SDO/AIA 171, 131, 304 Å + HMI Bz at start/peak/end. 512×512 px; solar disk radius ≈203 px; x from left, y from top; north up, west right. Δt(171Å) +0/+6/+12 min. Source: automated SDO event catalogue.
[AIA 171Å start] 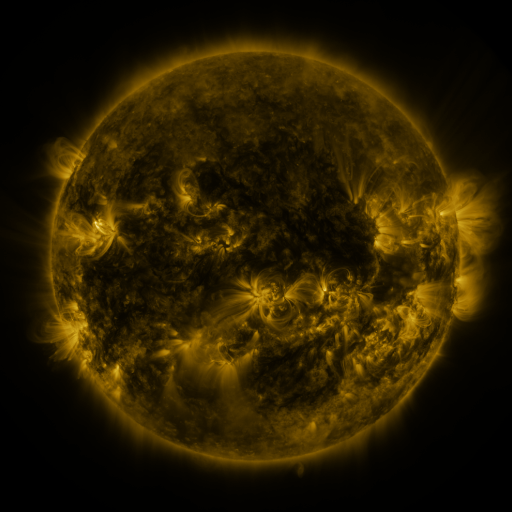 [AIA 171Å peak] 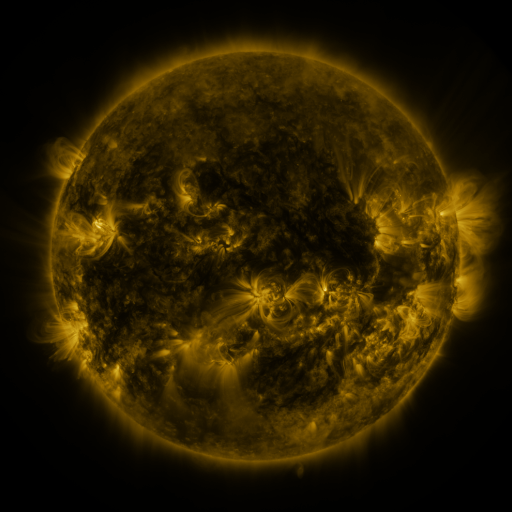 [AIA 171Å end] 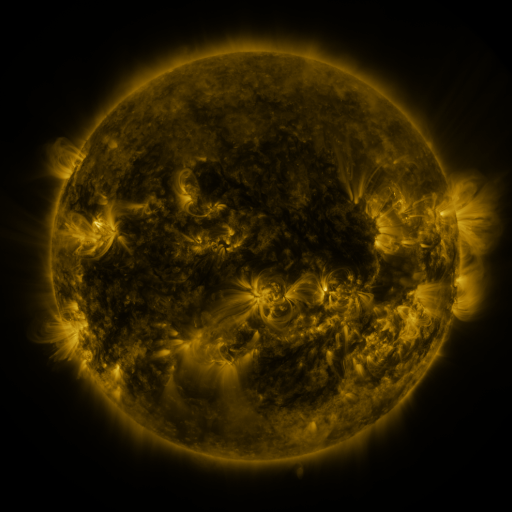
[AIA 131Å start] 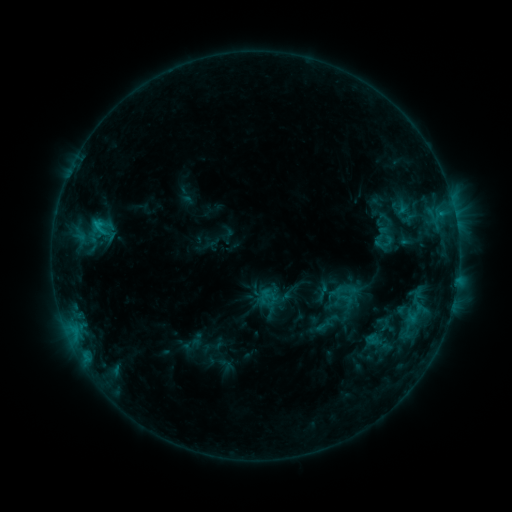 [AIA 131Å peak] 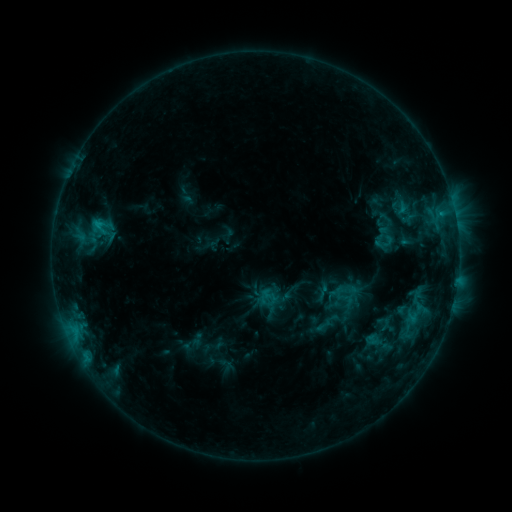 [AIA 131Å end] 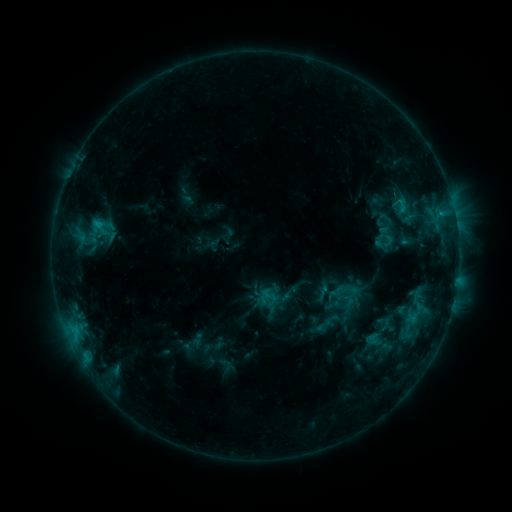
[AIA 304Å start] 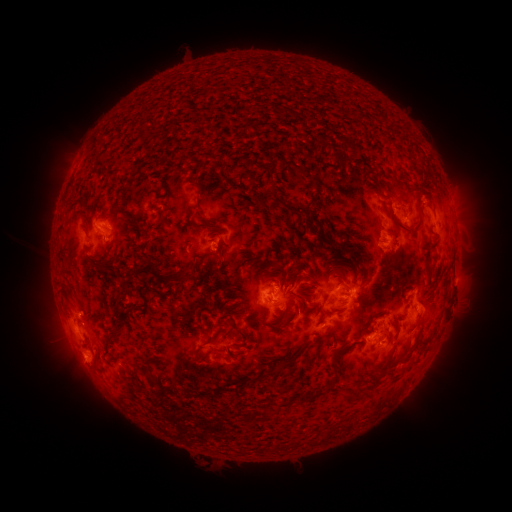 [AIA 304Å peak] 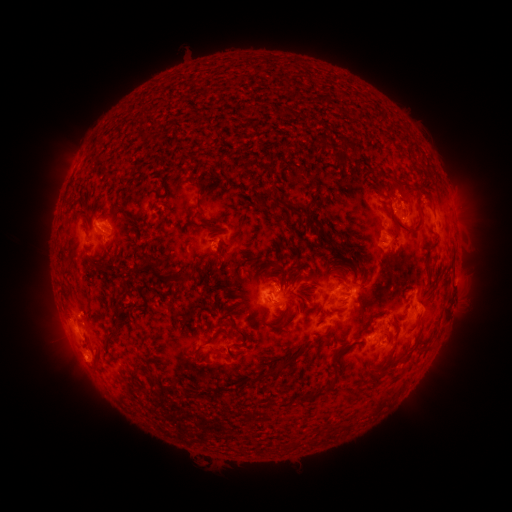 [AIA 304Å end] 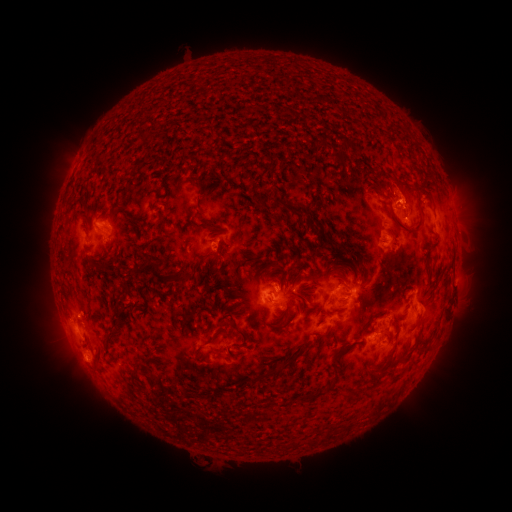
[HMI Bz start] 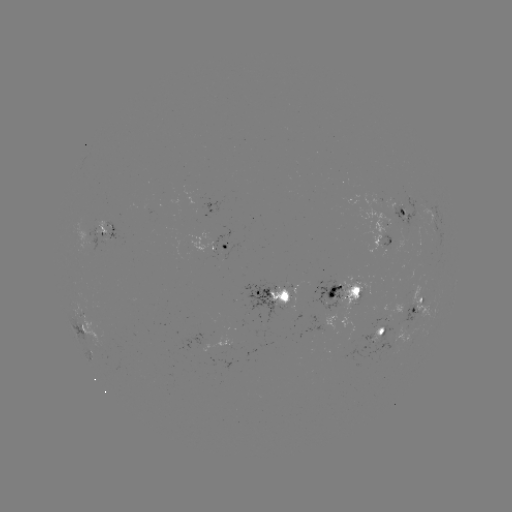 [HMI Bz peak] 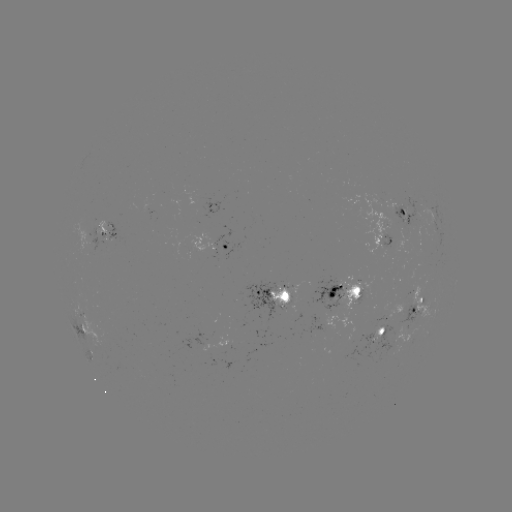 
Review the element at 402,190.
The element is eruption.